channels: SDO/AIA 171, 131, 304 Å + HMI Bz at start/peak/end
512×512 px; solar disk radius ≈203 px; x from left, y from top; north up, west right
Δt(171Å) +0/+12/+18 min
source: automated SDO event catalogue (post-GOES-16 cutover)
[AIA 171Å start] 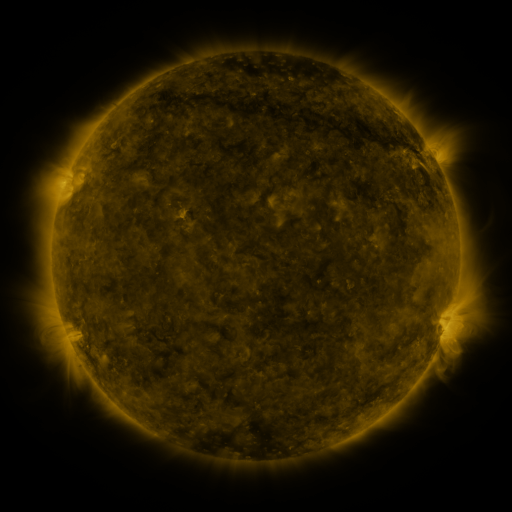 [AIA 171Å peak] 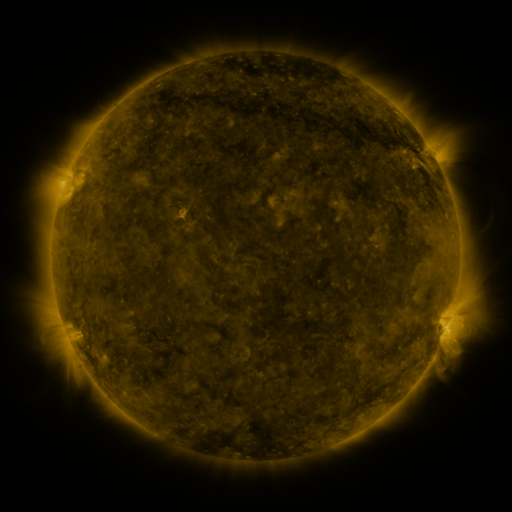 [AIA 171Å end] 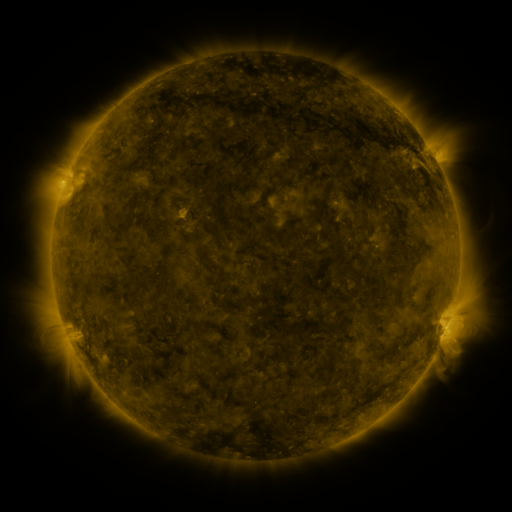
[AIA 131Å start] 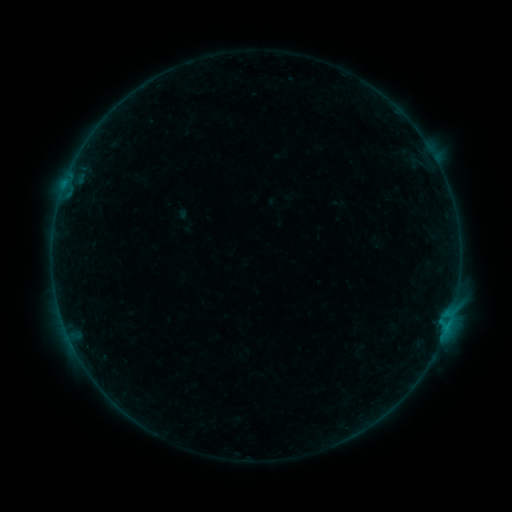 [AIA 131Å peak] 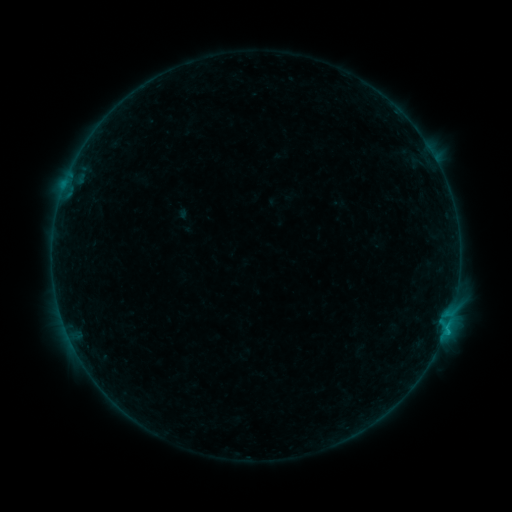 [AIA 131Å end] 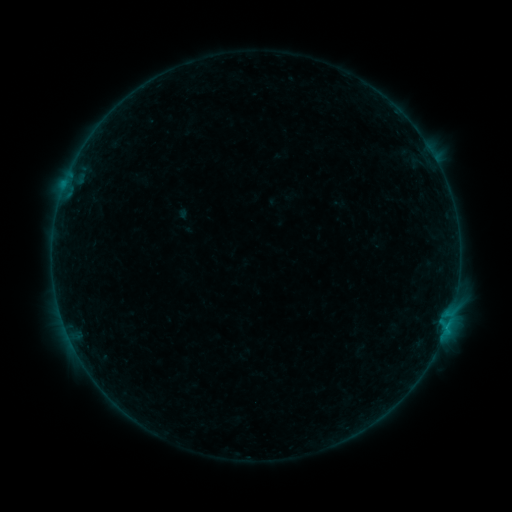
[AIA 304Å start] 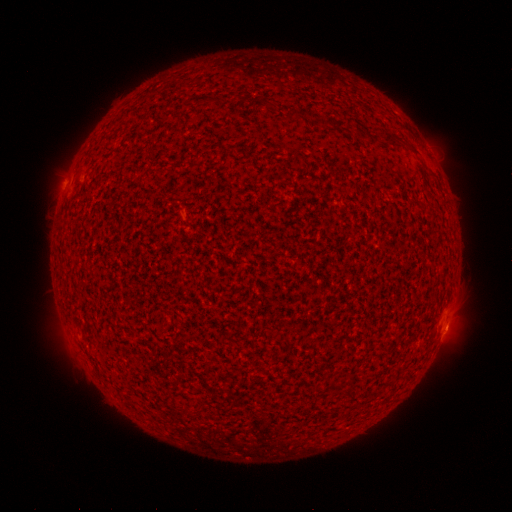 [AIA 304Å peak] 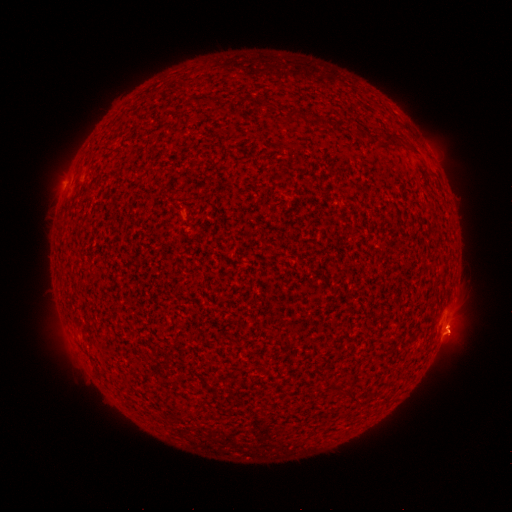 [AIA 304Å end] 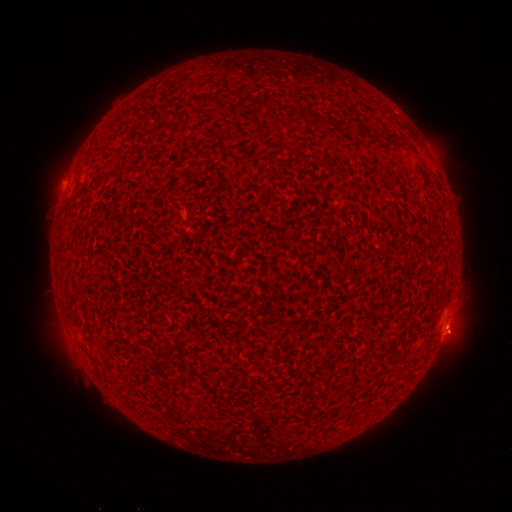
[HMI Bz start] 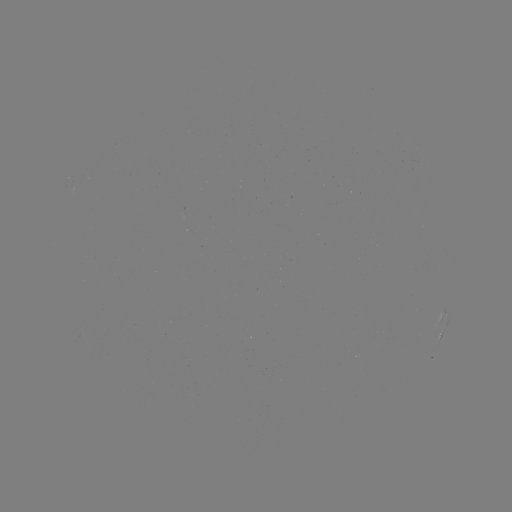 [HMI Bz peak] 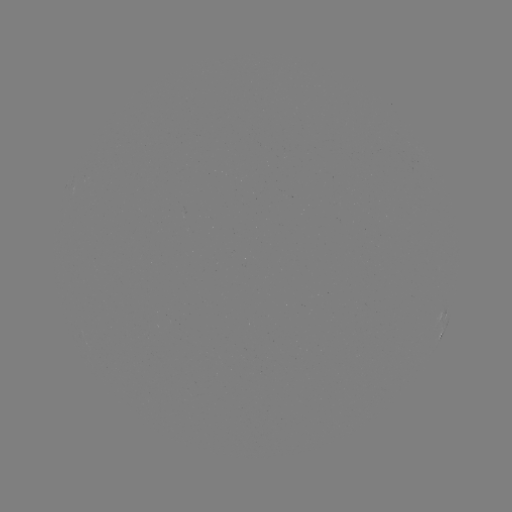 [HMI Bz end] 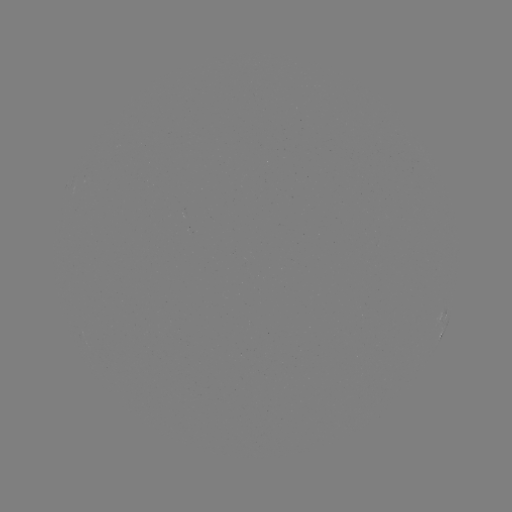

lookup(B3.2 flare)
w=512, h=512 [445, 329]